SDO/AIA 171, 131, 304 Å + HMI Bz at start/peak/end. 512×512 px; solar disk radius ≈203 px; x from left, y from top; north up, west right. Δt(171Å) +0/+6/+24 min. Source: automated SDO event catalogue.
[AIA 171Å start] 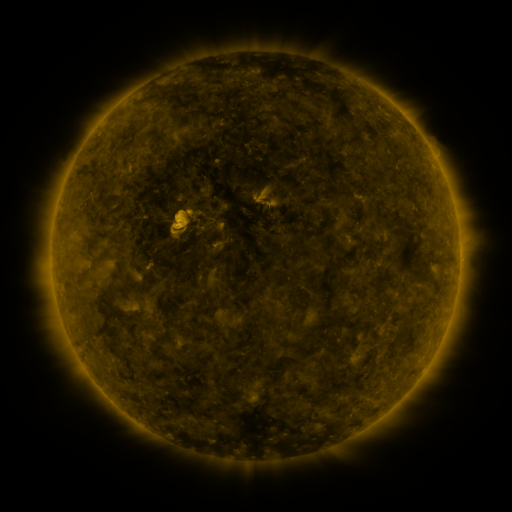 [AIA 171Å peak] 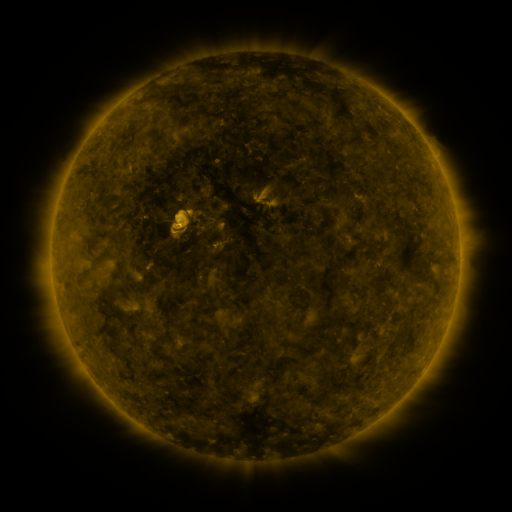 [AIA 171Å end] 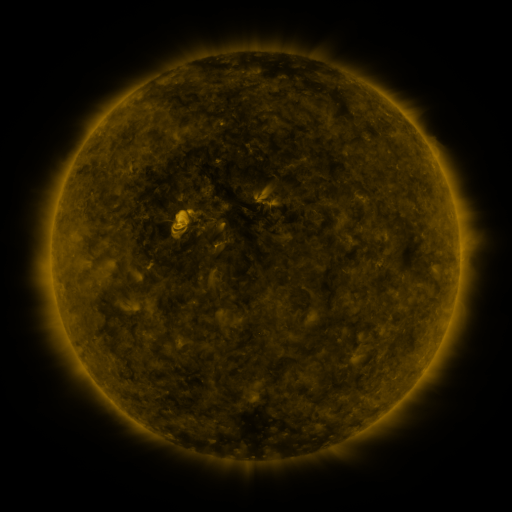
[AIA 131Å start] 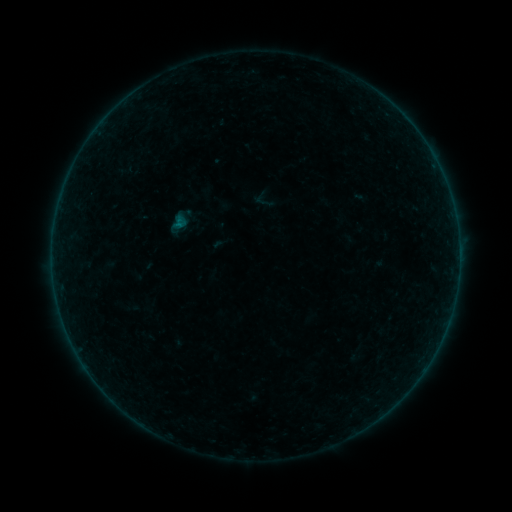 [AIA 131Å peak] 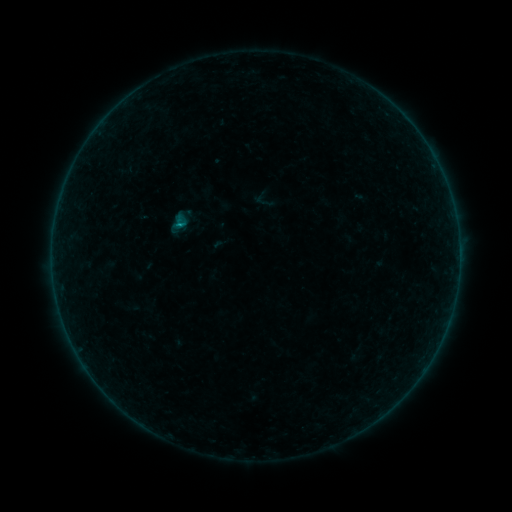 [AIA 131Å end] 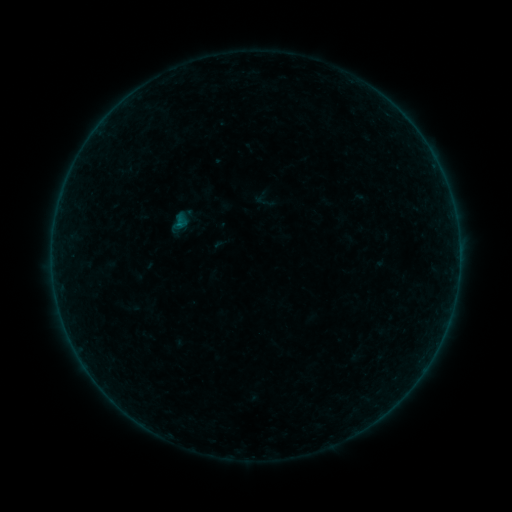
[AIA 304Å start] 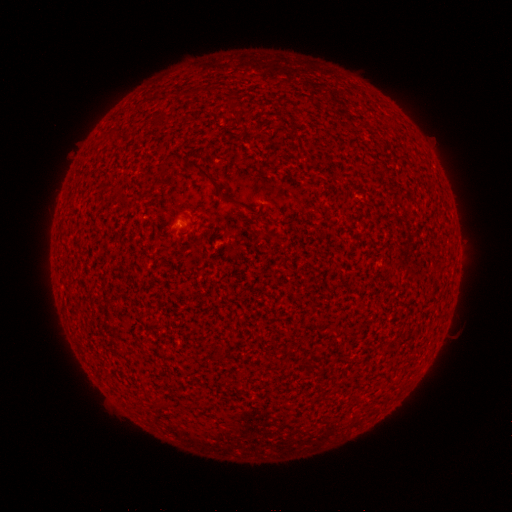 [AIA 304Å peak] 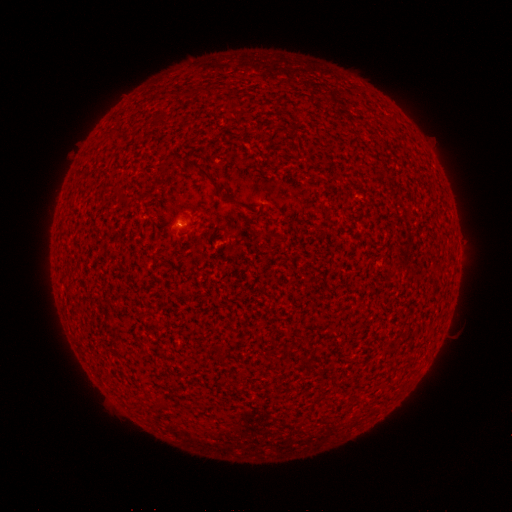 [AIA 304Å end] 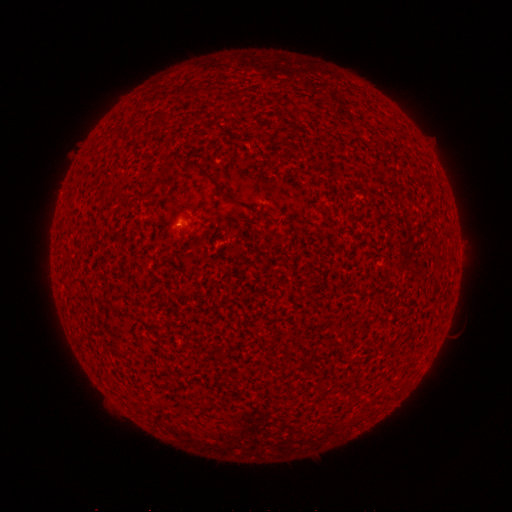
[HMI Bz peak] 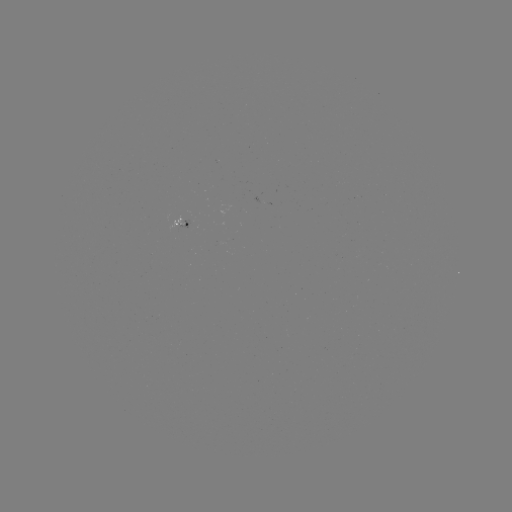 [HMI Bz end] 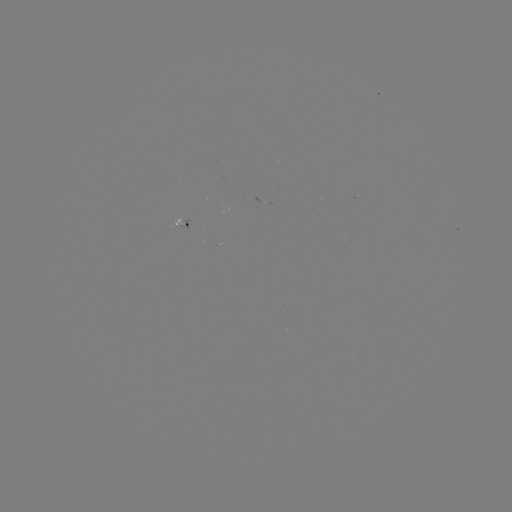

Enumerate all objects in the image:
B1.3 flare: (182, 225)
